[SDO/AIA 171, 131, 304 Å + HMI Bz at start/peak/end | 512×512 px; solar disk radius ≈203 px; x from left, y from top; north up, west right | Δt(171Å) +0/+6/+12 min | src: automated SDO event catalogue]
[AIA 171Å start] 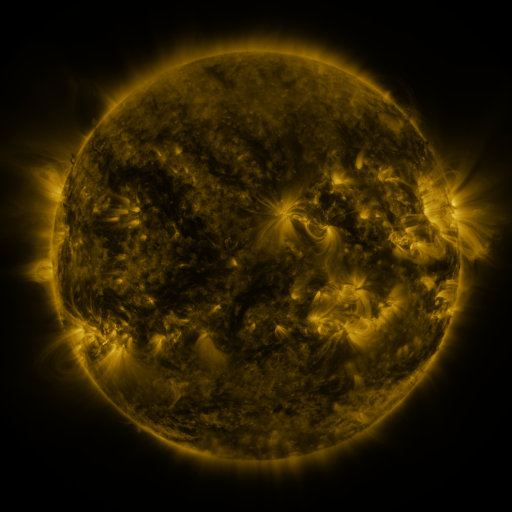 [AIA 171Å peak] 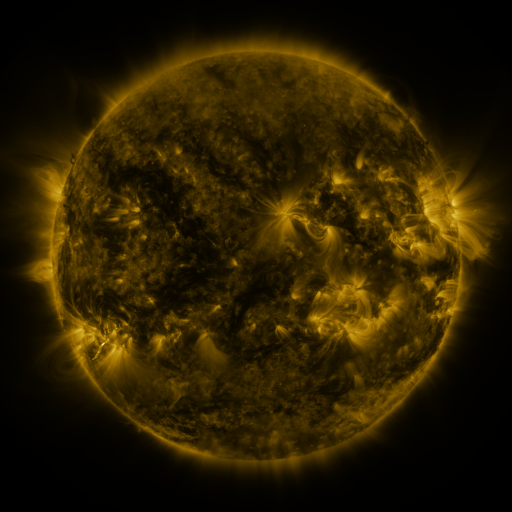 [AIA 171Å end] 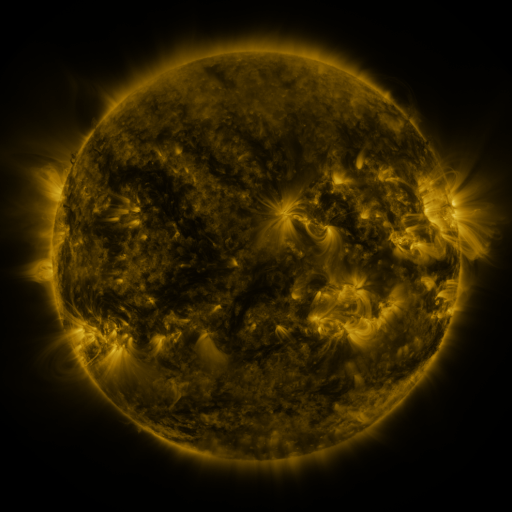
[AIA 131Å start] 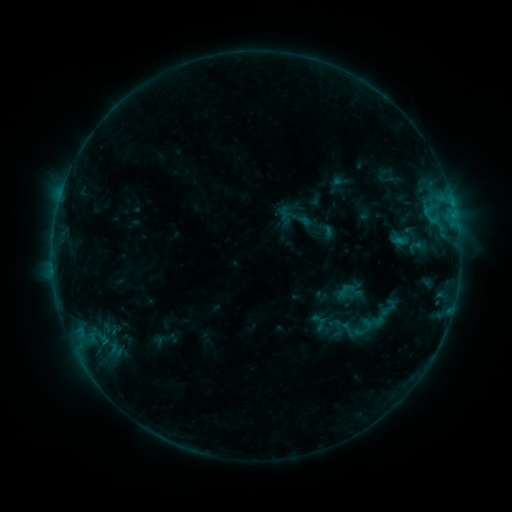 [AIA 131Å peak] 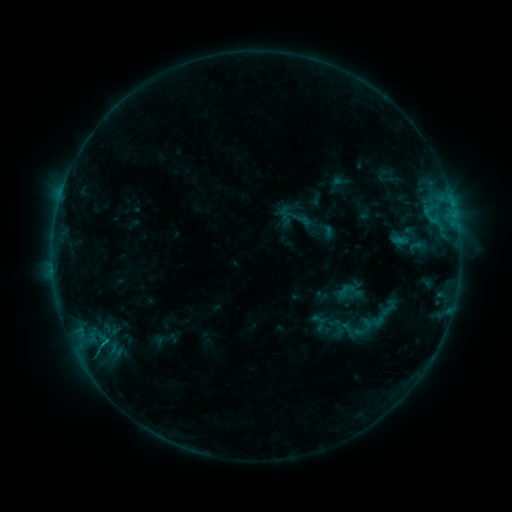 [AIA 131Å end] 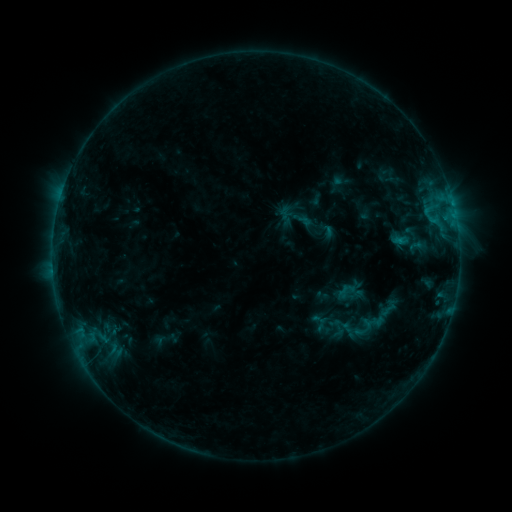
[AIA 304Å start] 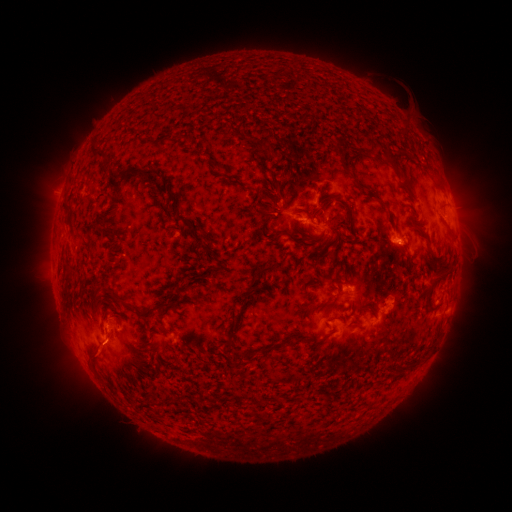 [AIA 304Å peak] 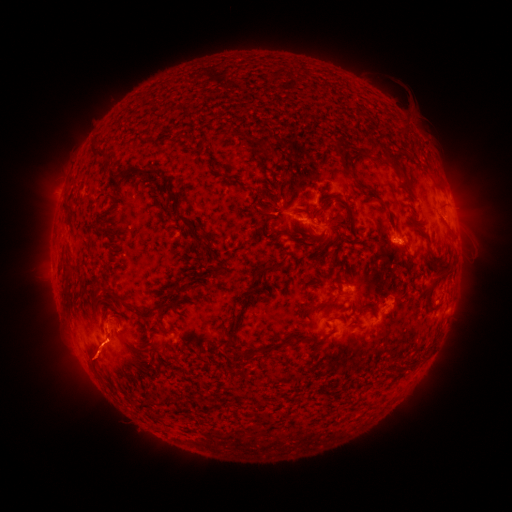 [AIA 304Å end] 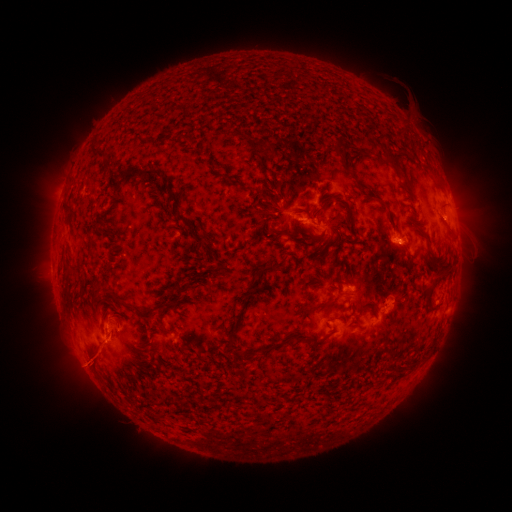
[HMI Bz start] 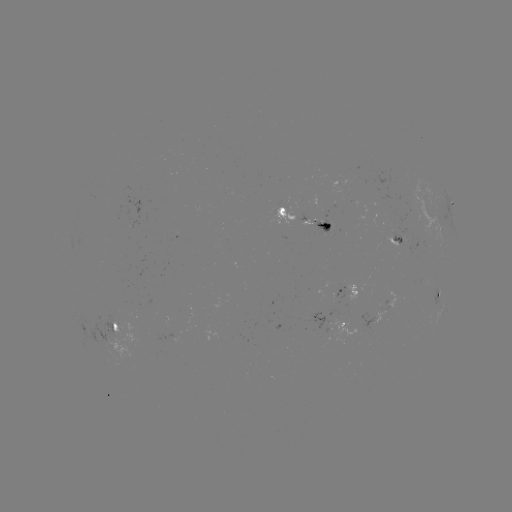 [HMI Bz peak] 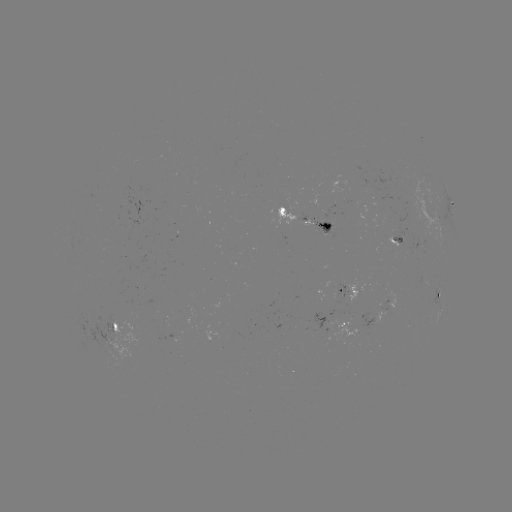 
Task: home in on eruption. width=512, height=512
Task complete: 95,359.